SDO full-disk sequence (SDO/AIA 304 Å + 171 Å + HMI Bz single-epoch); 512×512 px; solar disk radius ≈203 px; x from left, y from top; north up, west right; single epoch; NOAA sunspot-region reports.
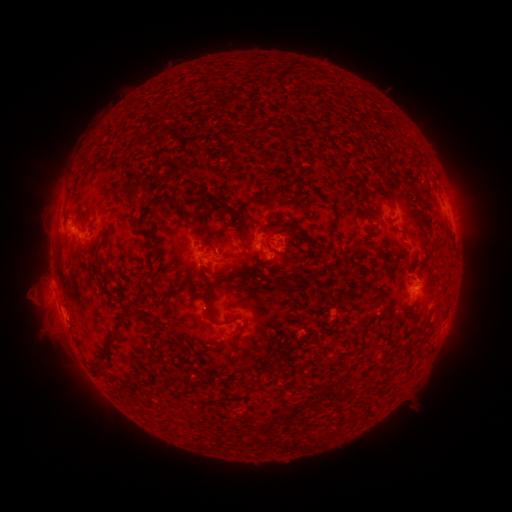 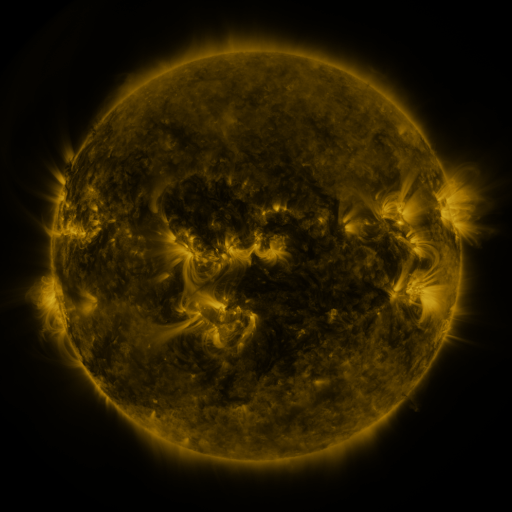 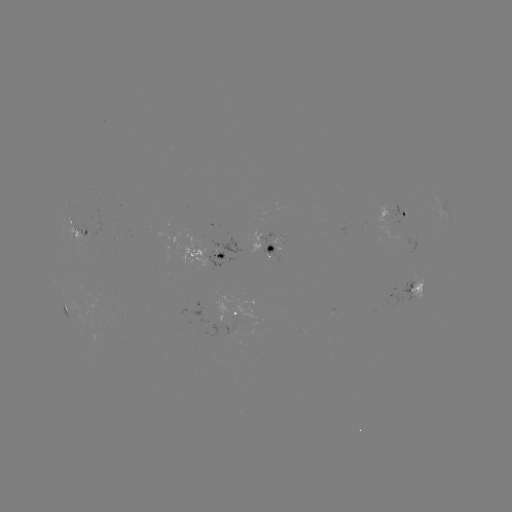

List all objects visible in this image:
spotted active region: (443, 206)
spotted active region: (403, 215)
spotted active region: (78, 224)
spotted active region: (280, 245)
spotted active region: (206, 258)
spotted active region: (418, 288)
spotted active region: (66, 308)
spotted active region: (234, 308)
